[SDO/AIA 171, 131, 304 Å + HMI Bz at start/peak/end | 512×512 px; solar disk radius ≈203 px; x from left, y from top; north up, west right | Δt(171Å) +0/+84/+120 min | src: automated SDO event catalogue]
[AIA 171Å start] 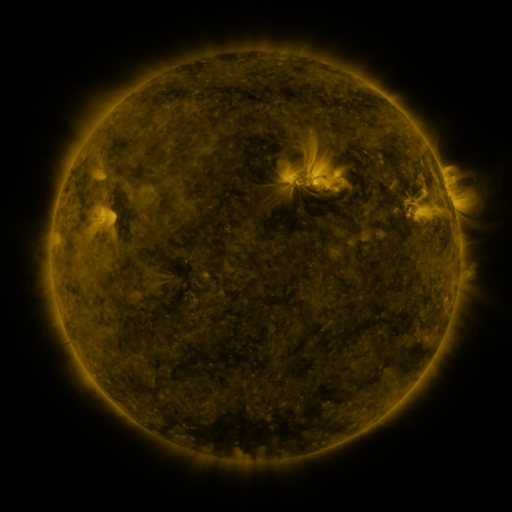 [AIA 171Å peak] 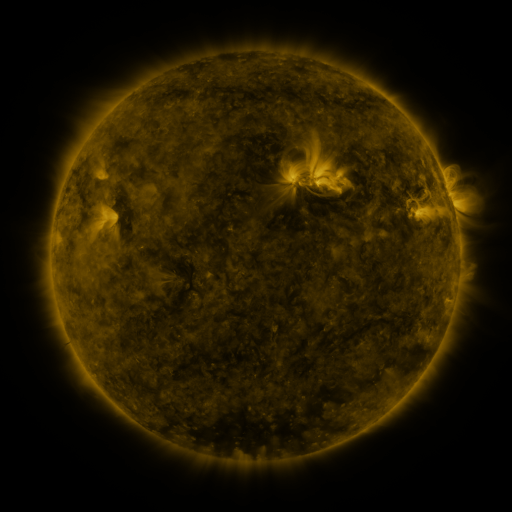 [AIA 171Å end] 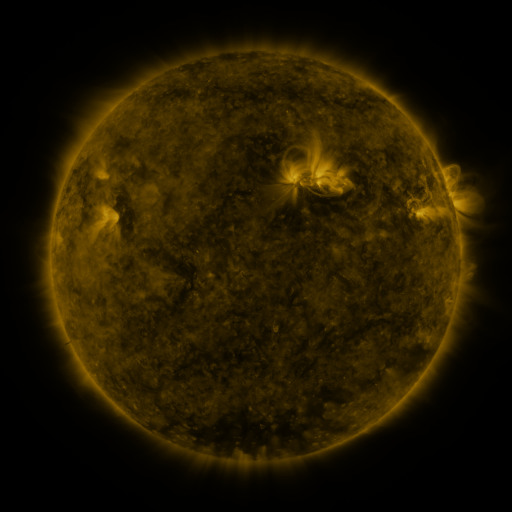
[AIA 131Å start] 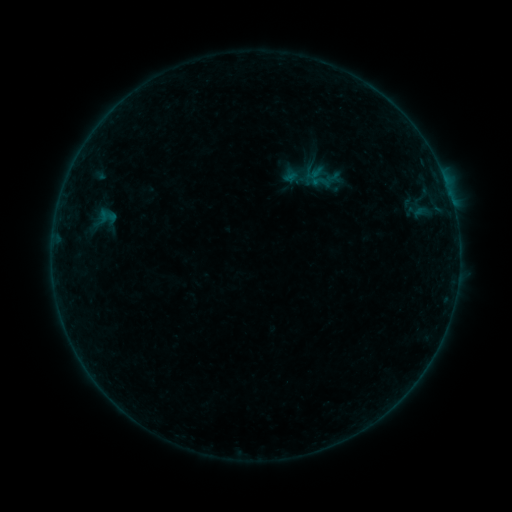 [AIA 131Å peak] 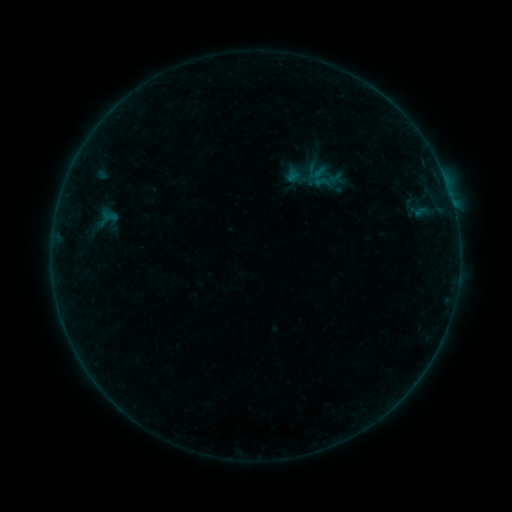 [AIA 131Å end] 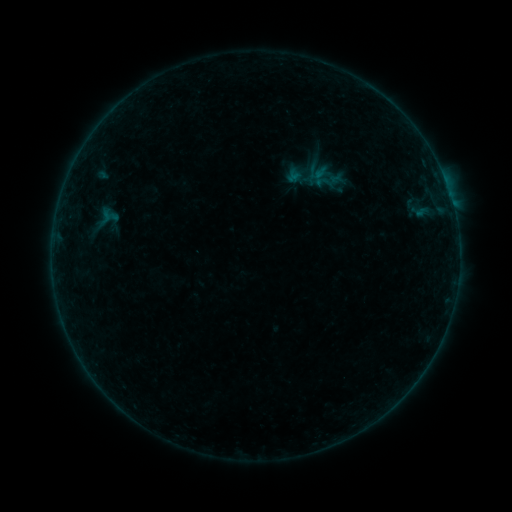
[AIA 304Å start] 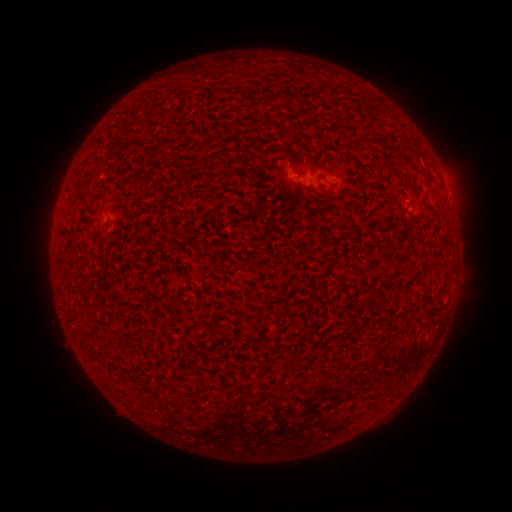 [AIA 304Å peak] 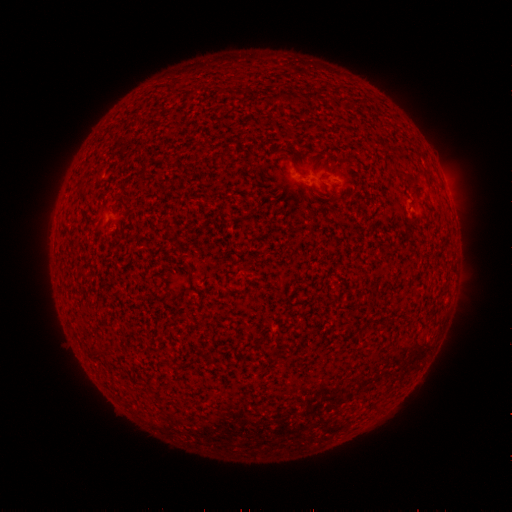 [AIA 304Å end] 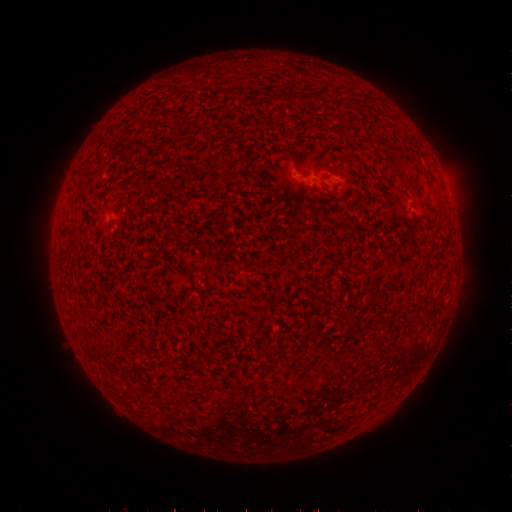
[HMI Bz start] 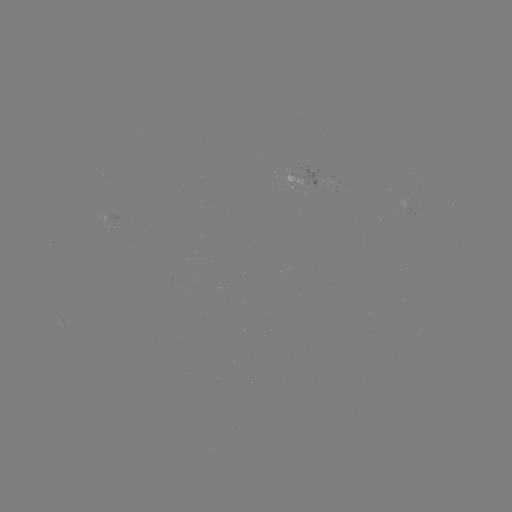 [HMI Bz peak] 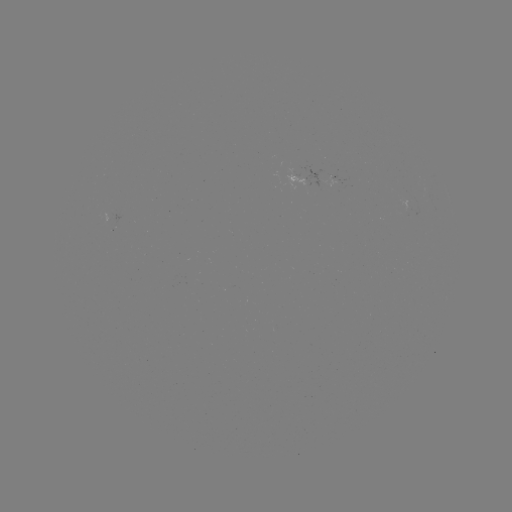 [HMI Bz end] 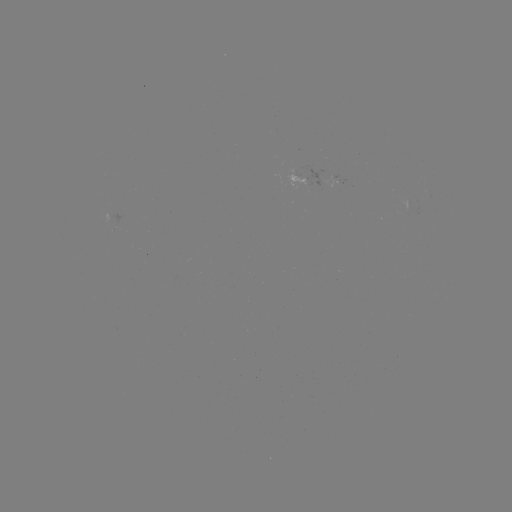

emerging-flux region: [303, 169, 325, 189]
